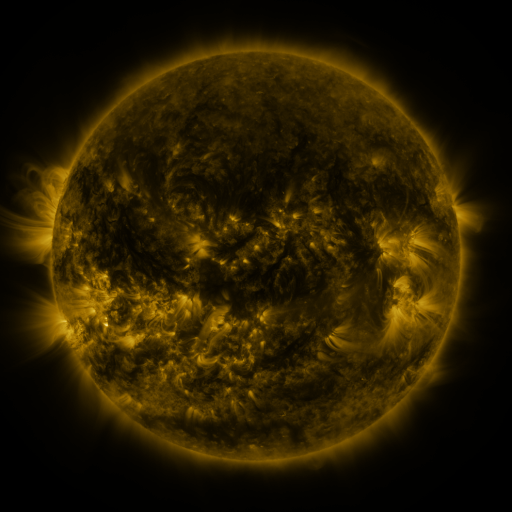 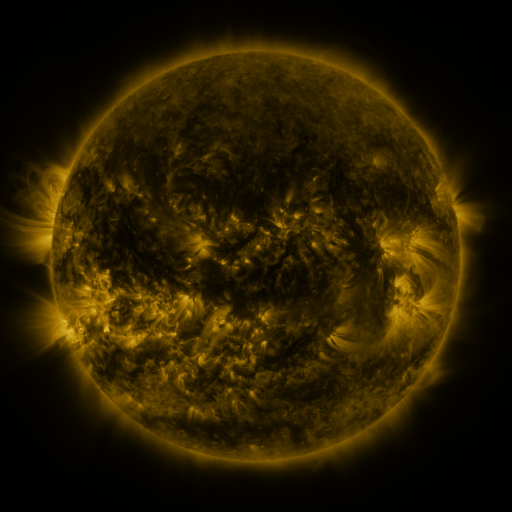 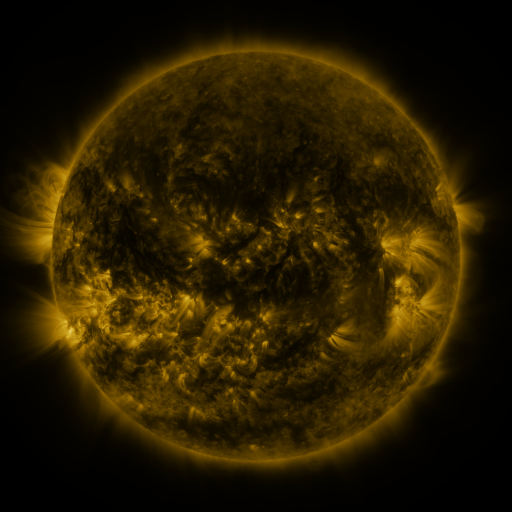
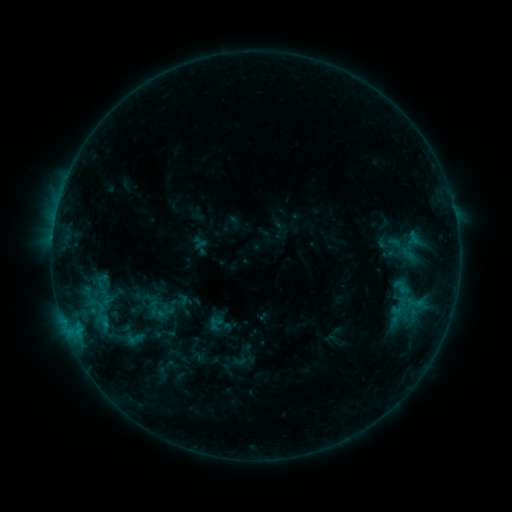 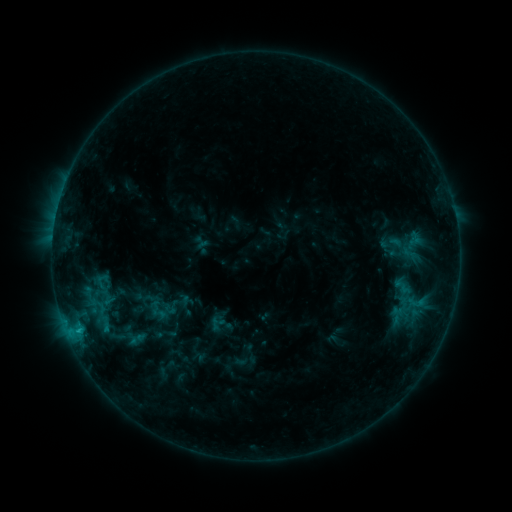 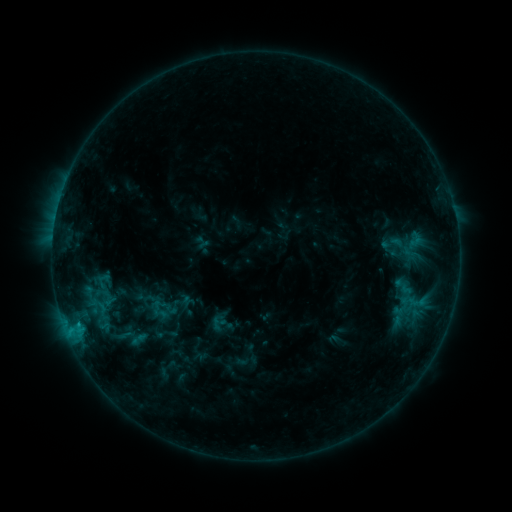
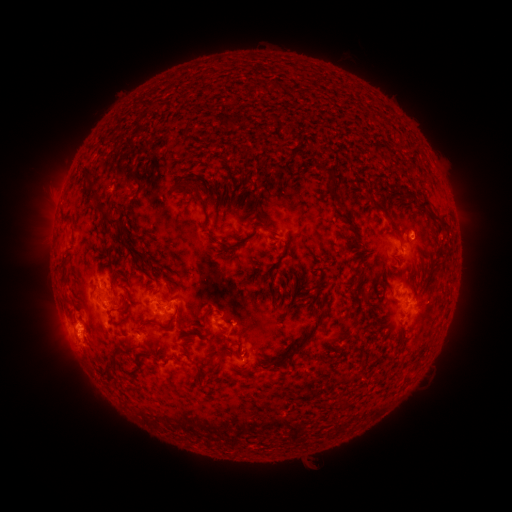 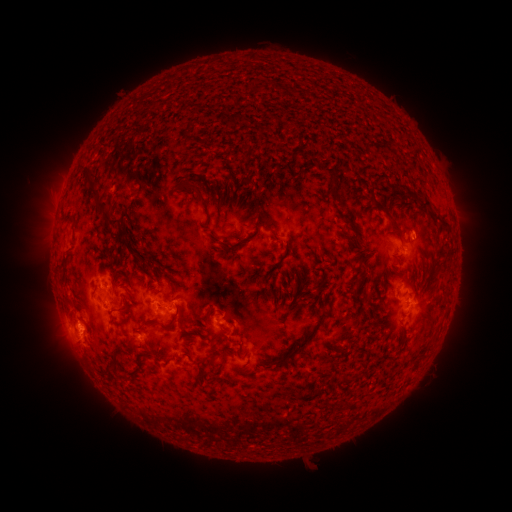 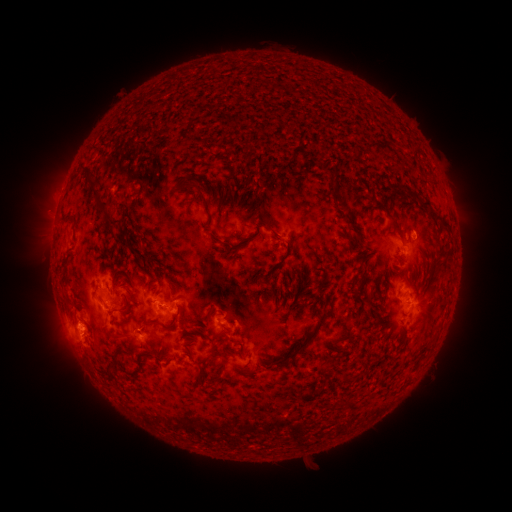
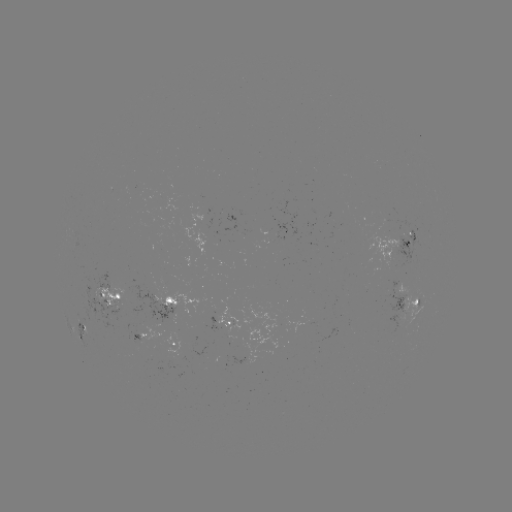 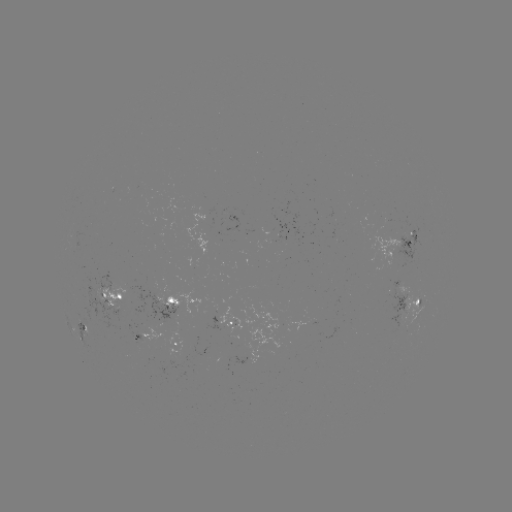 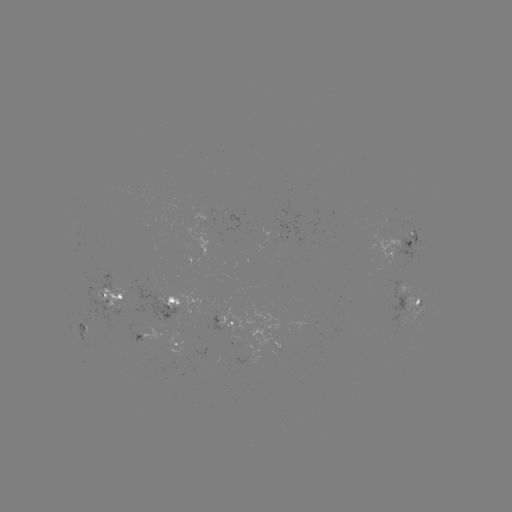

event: emerging-flux region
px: (209, 230)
